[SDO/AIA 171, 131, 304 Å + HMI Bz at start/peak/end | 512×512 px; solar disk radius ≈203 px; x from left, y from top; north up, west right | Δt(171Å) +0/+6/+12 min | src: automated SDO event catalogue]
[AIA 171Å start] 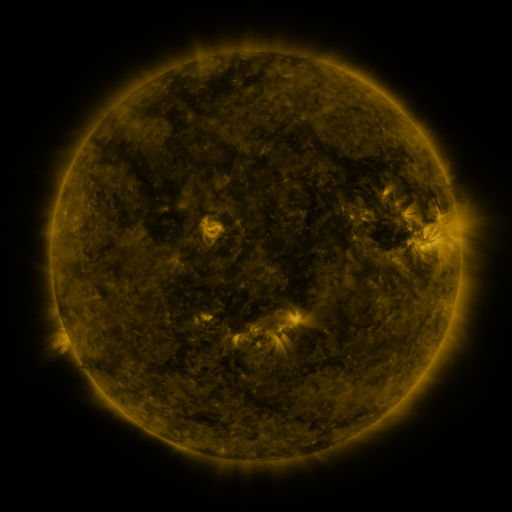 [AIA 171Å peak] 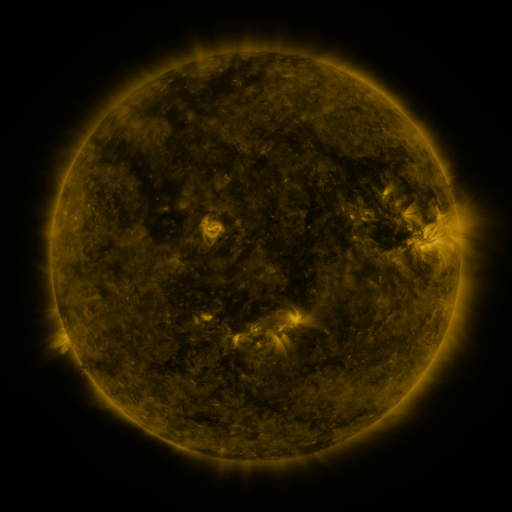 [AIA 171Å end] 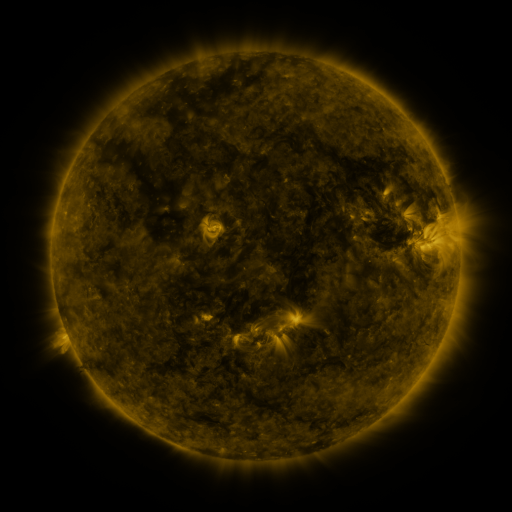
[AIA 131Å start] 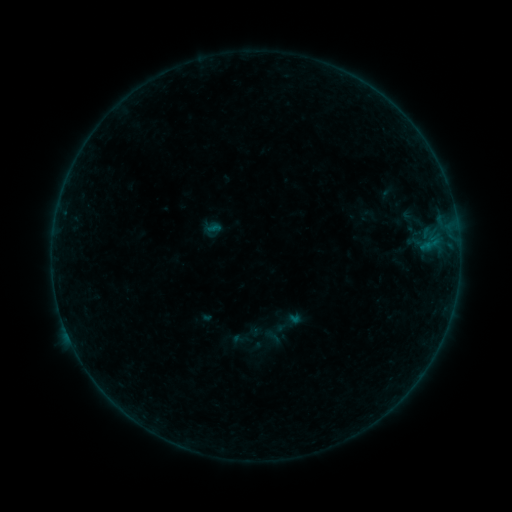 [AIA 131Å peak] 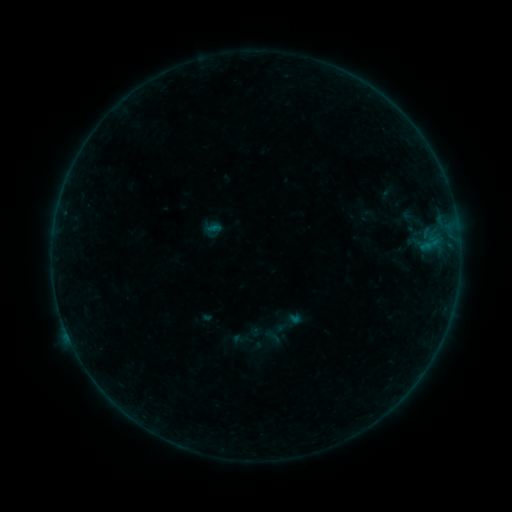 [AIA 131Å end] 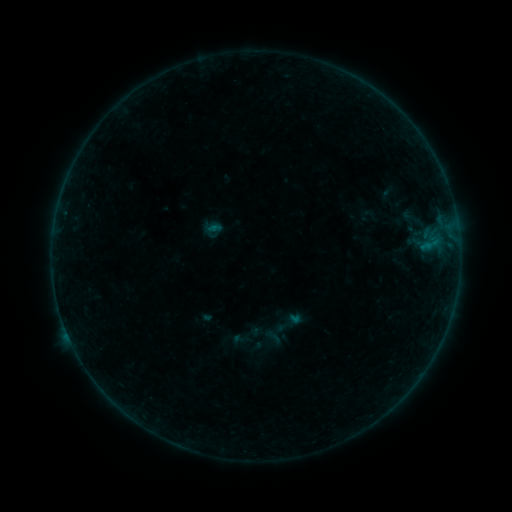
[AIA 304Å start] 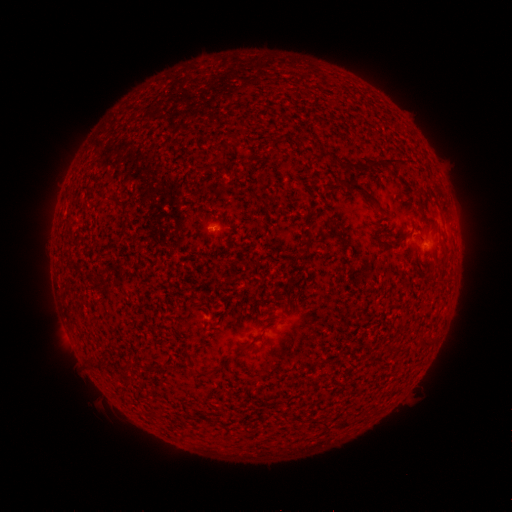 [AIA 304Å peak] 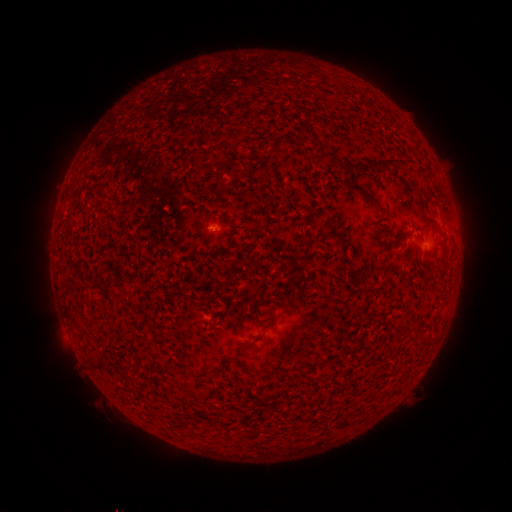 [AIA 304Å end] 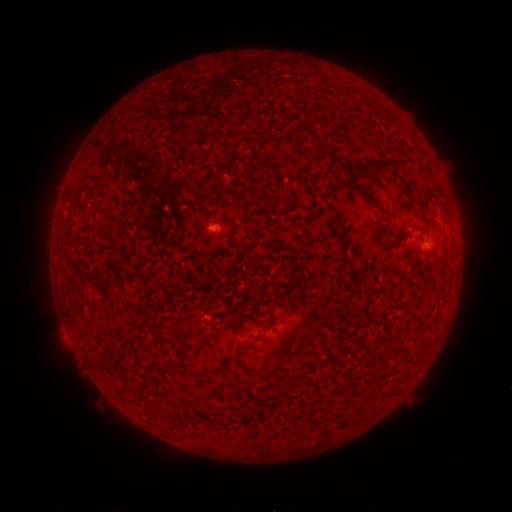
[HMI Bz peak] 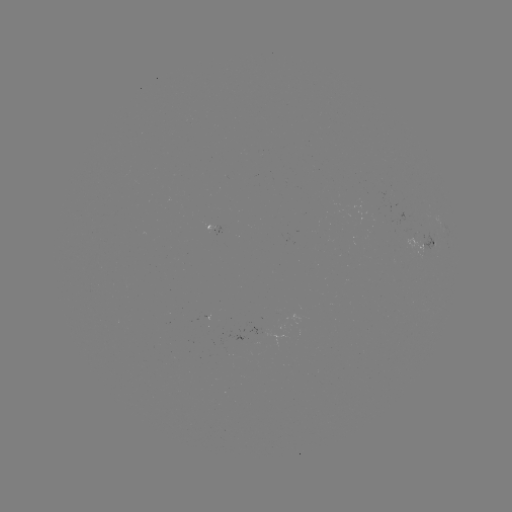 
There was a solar flare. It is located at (214, 228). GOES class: B1.2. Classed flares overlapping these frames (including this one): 1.